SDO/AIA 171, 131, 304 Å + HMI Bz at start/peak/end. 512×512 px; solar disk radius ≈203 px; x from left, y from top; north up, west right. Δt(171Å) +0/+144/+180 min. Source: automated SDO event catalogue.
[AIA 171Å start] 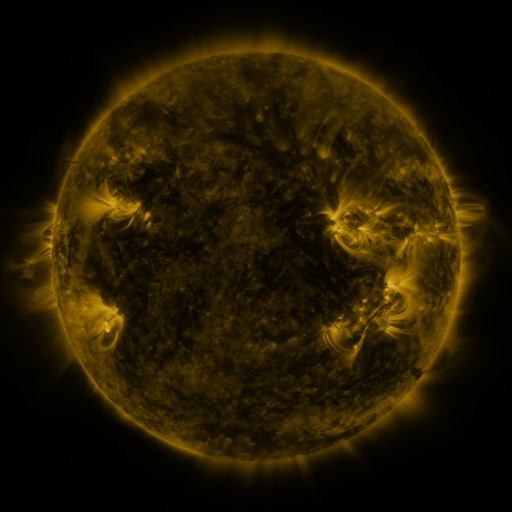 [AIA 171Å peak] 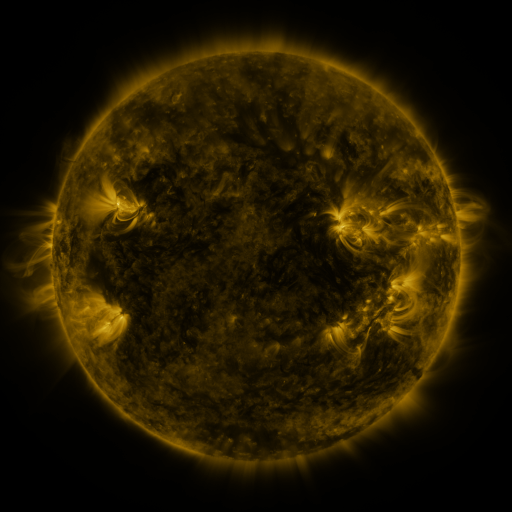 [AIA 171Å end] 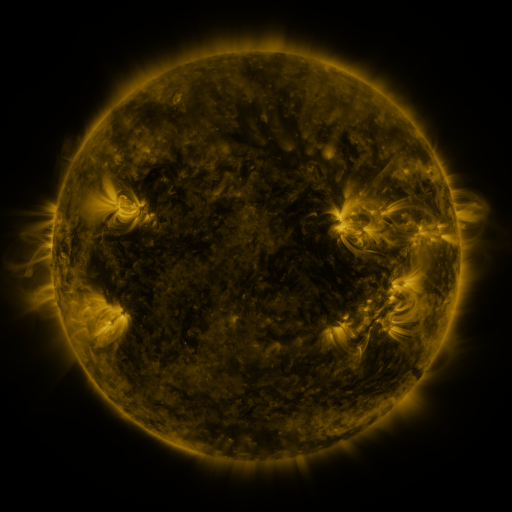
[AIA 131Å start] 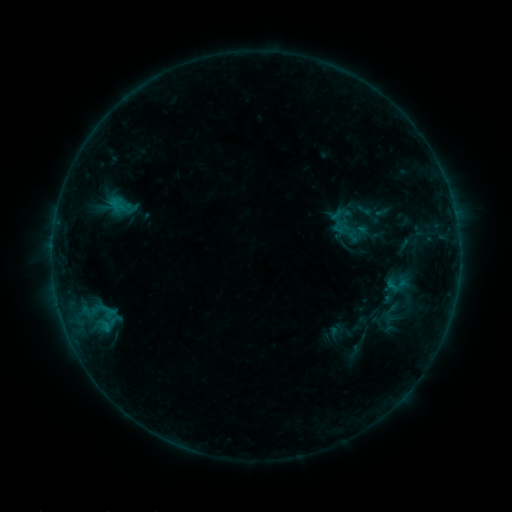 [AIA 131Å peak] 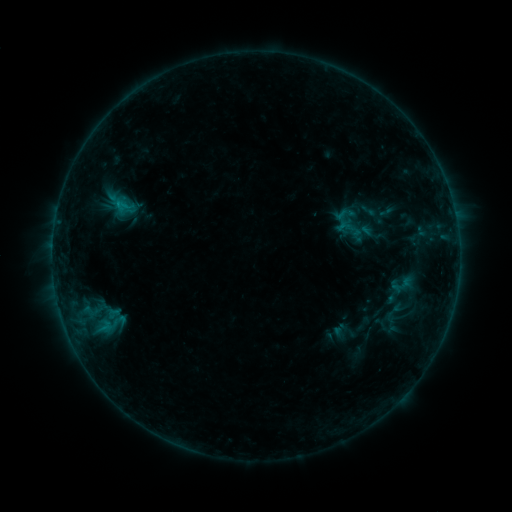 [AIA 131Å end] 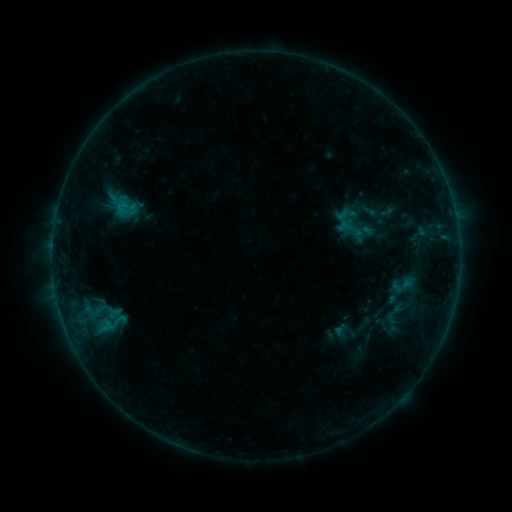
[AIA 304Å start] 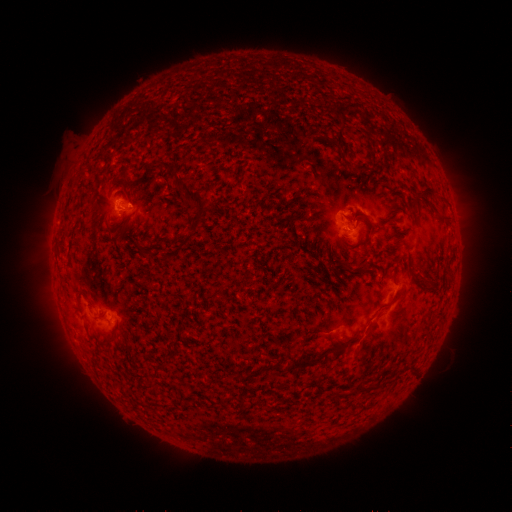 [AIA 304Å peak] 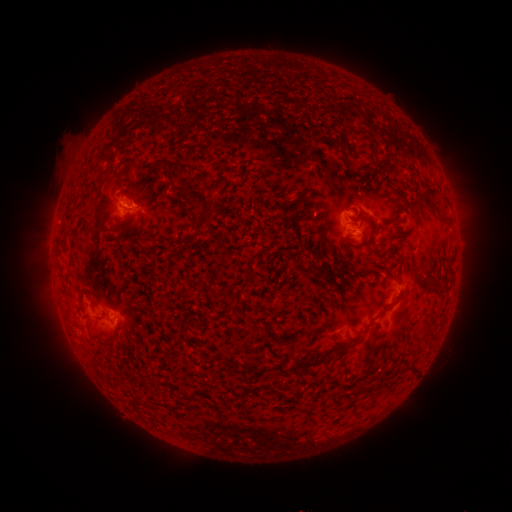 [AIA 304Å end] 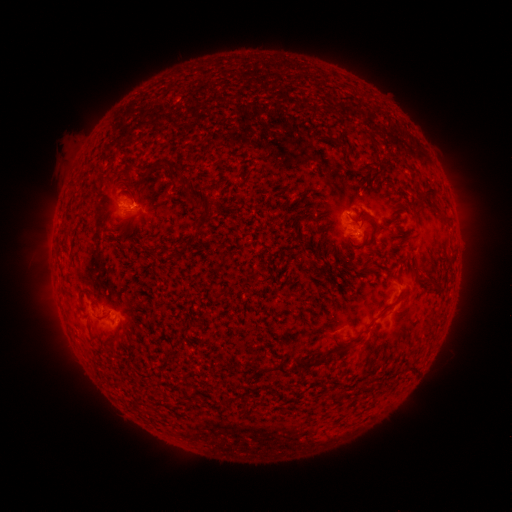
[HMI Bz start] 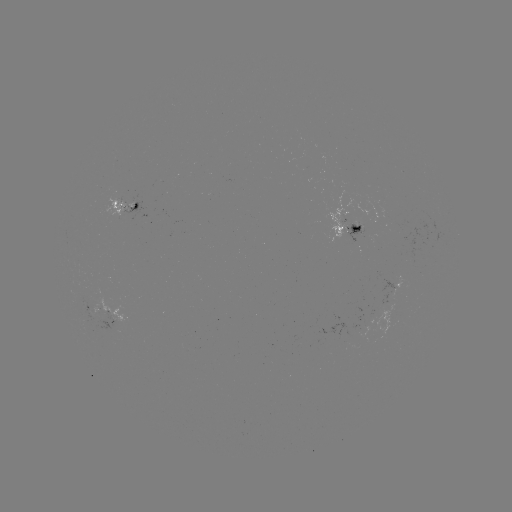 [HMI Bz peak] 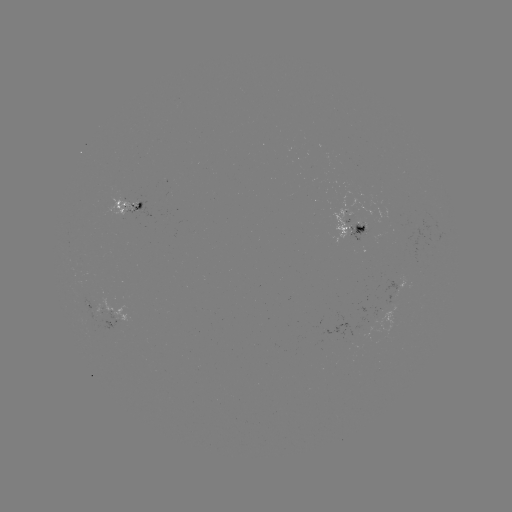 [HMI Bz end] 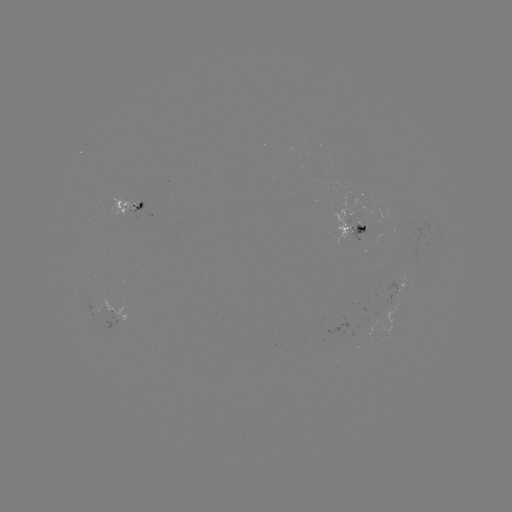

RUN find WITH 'emerging-flux region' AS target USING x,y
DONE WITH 128,212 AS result